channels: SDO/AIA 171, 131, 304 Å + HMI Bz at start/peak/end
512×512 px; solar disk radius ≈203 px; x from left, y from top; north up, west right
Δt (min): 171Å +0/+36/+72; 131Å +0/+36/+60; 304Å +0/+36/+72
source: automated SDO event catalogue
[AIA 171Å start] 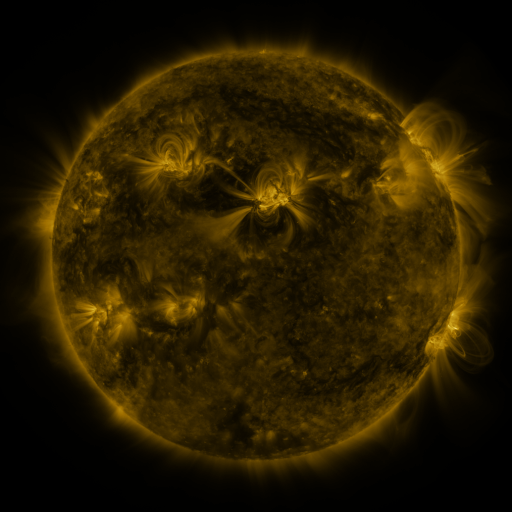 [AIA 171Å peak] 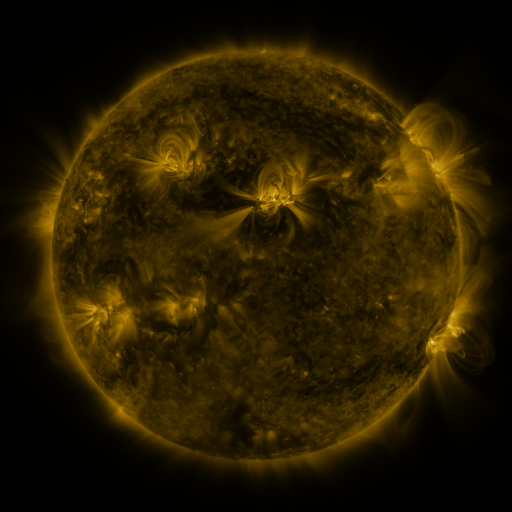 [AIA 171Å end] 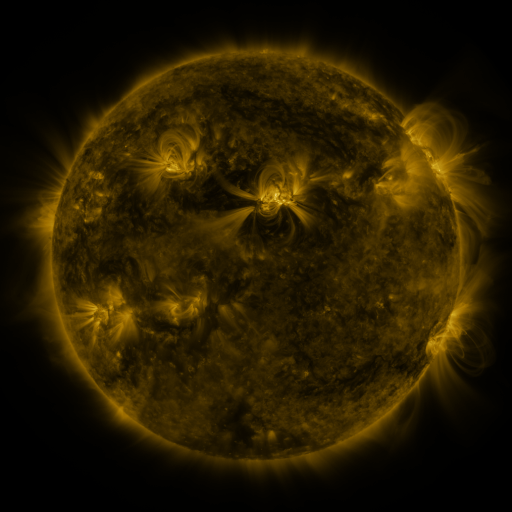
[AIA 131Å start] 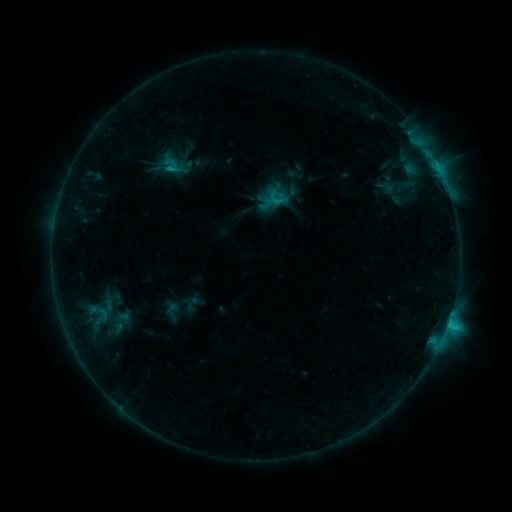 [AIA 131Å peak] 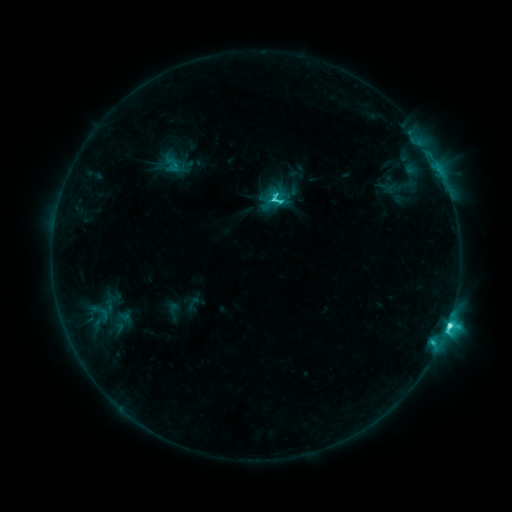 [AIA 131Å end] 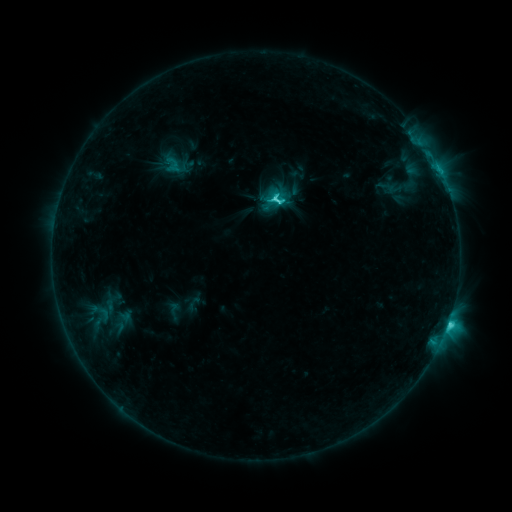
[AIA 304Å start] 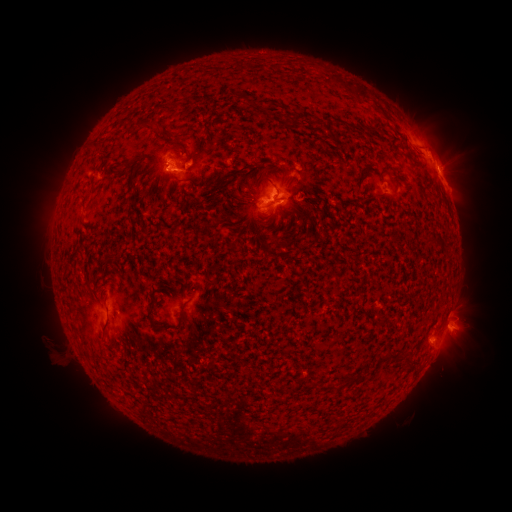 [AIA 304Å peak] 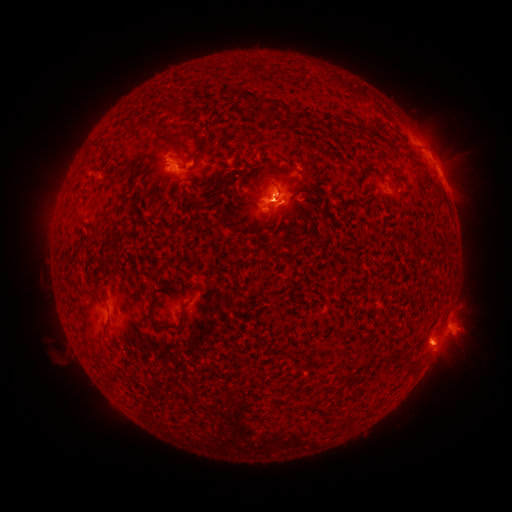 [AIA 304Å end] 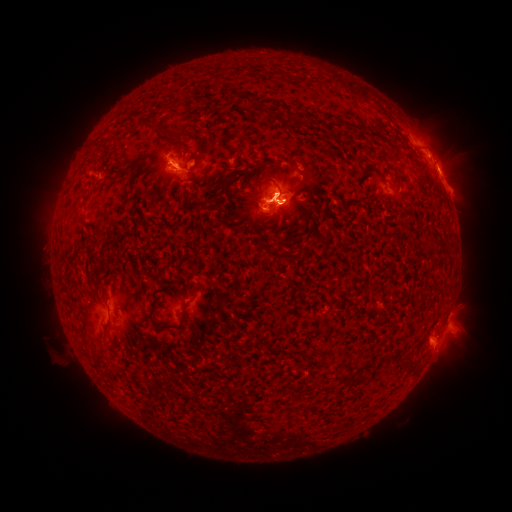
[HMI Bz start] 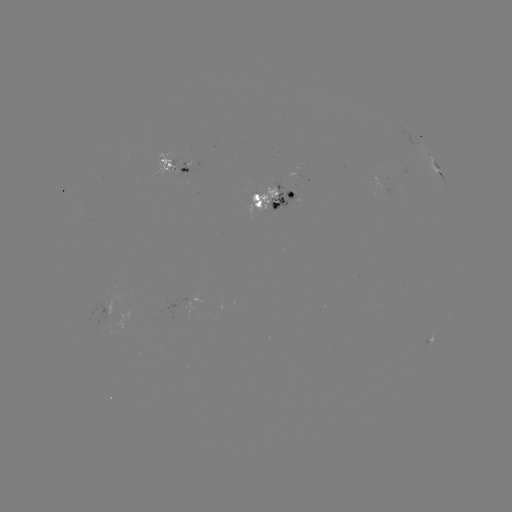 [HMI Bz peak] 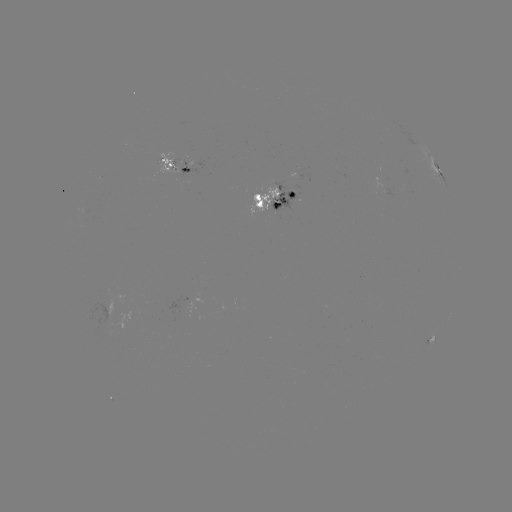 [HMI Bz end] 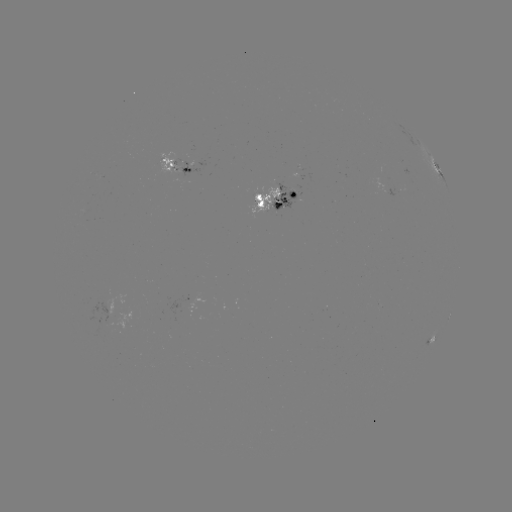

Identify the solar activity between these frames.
emerging-flux region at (183, 170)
